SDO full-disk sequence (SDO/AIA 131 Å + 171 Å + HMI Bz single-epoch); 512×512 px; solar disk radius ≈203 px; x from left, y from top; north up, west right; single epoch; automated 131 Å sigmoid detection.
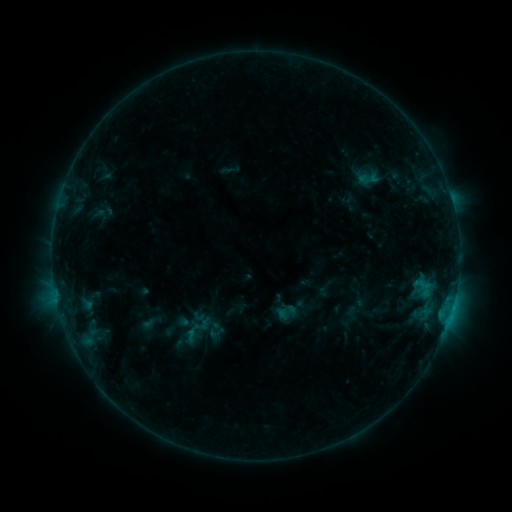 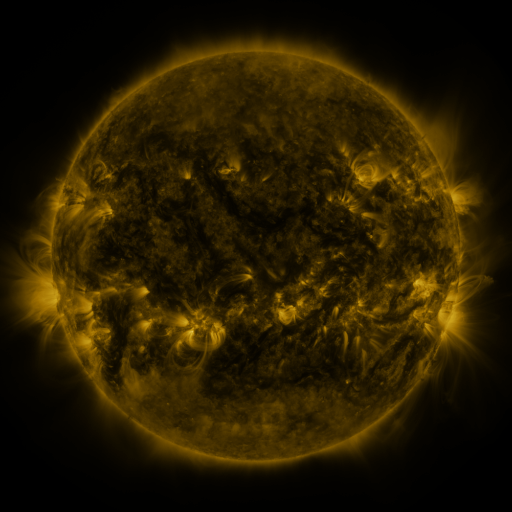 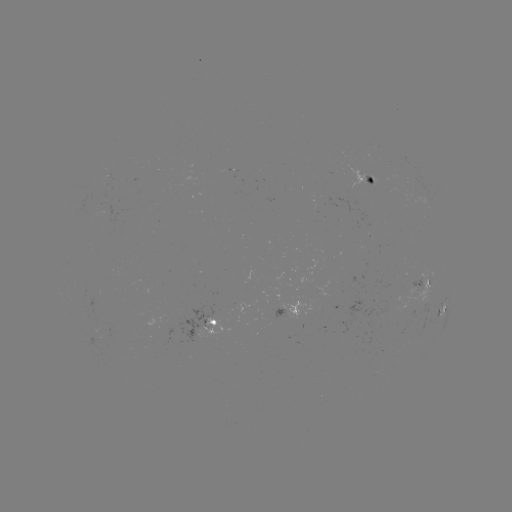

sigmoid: (275, 301, 296, 323)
